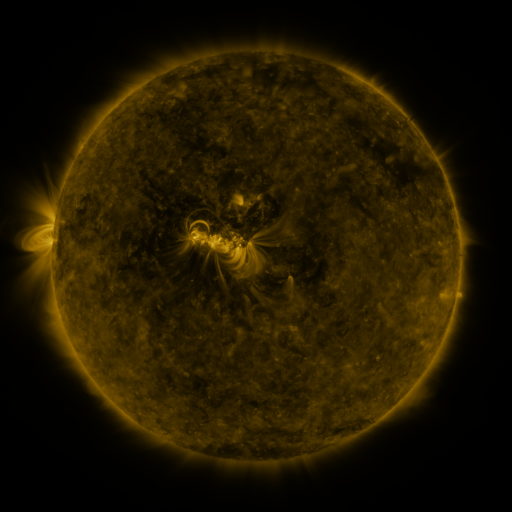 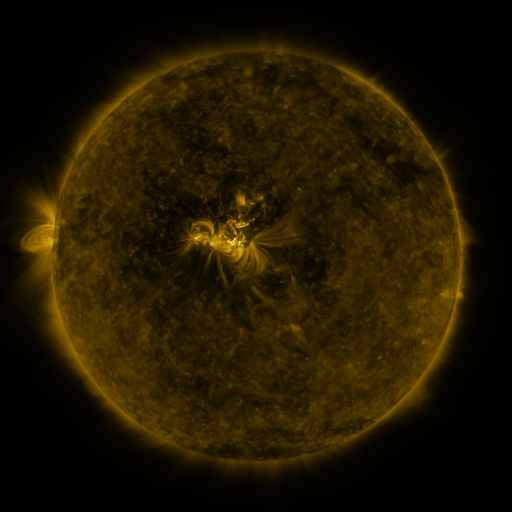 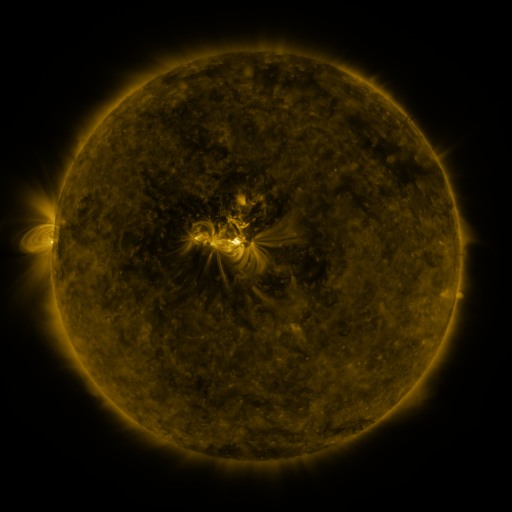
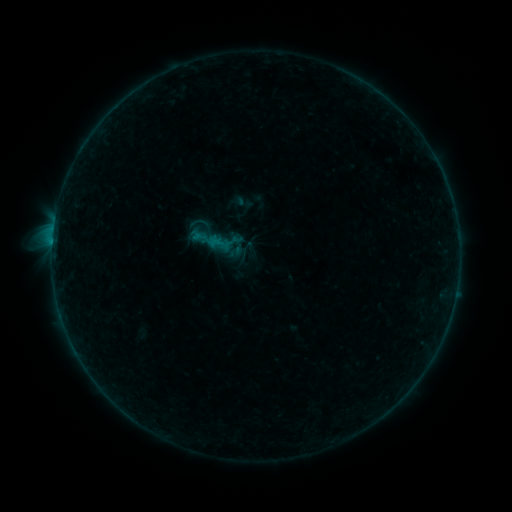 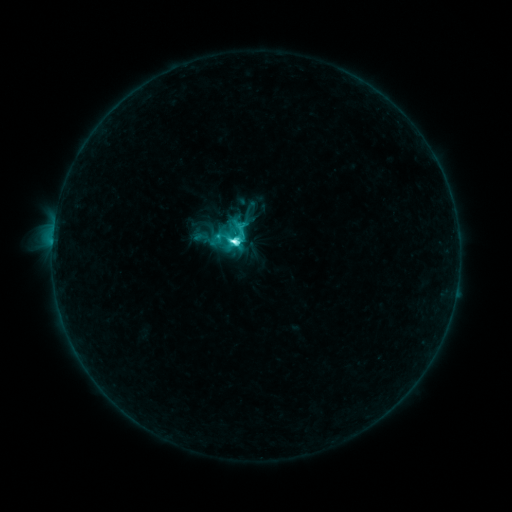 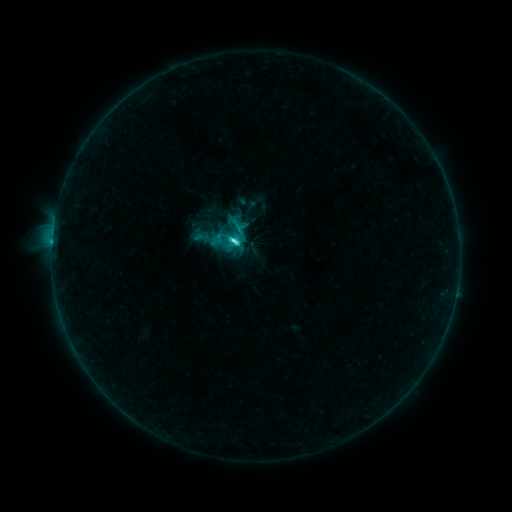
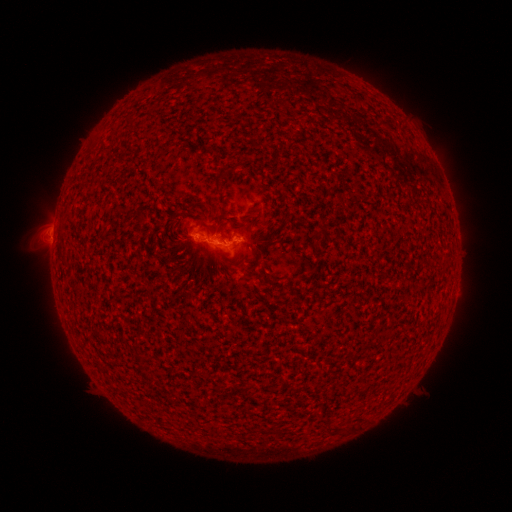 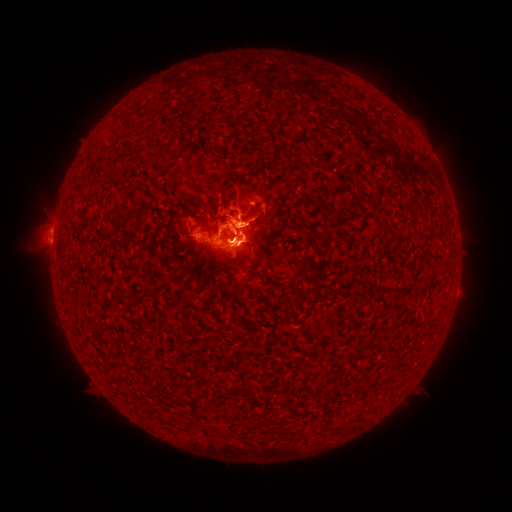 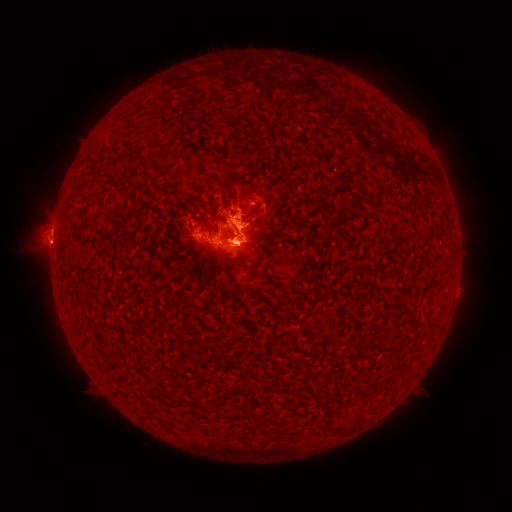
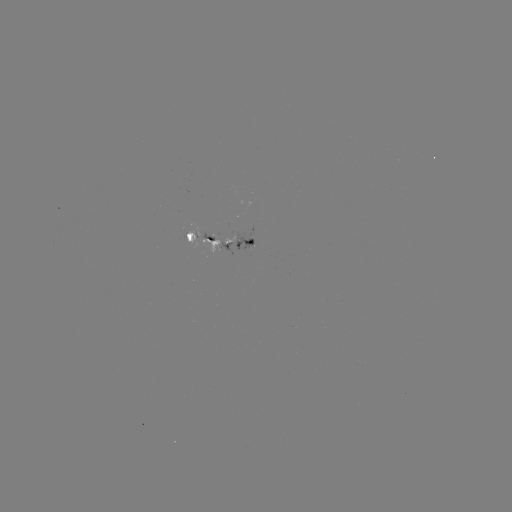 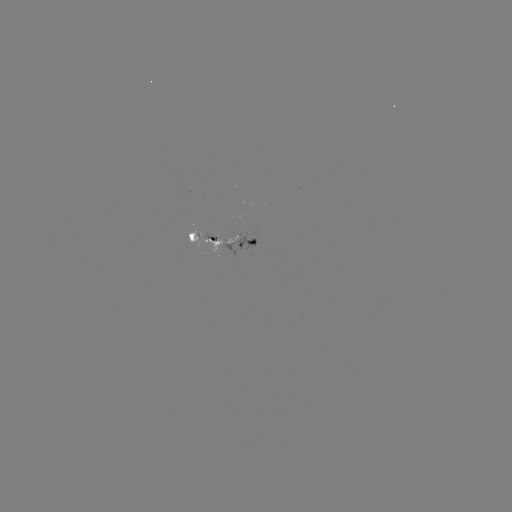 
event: flare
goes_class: C7.0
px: (234, 244)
